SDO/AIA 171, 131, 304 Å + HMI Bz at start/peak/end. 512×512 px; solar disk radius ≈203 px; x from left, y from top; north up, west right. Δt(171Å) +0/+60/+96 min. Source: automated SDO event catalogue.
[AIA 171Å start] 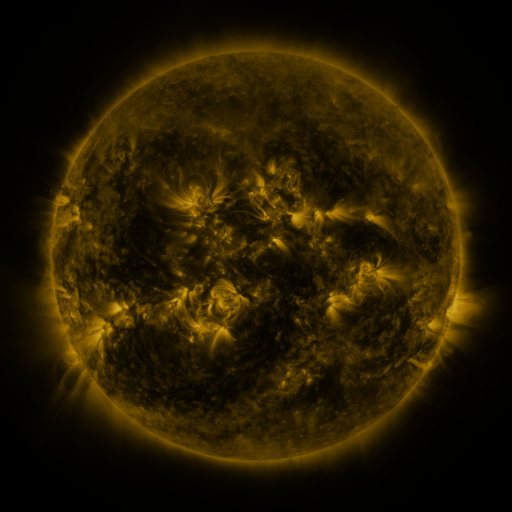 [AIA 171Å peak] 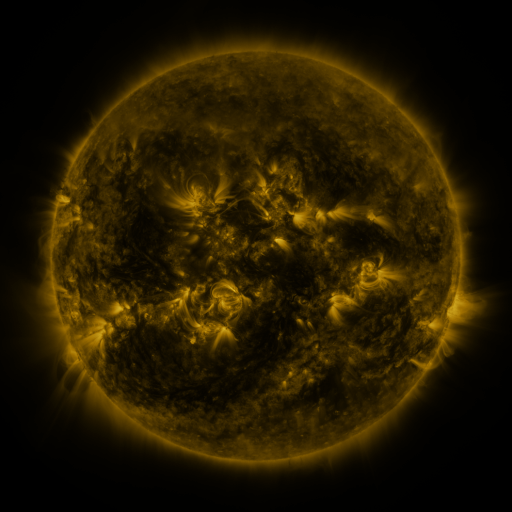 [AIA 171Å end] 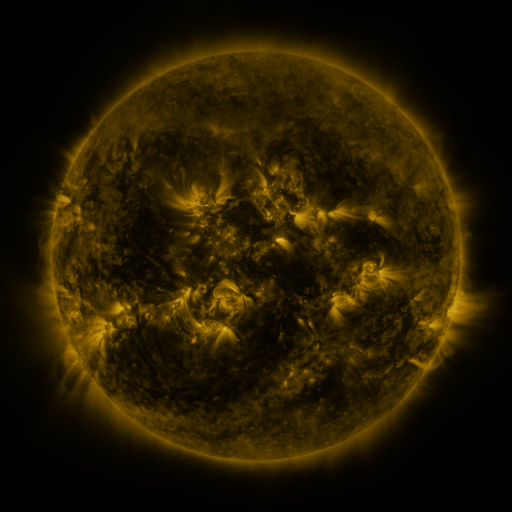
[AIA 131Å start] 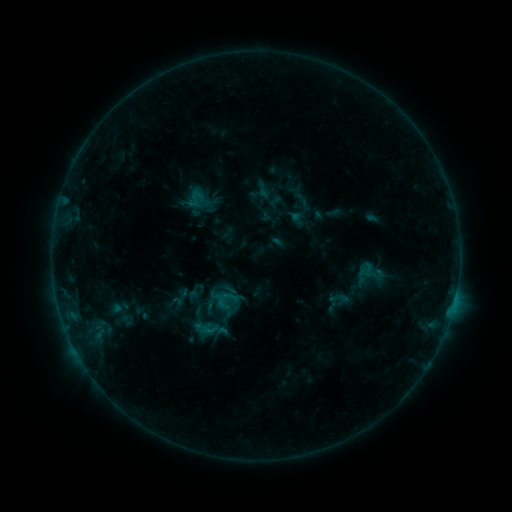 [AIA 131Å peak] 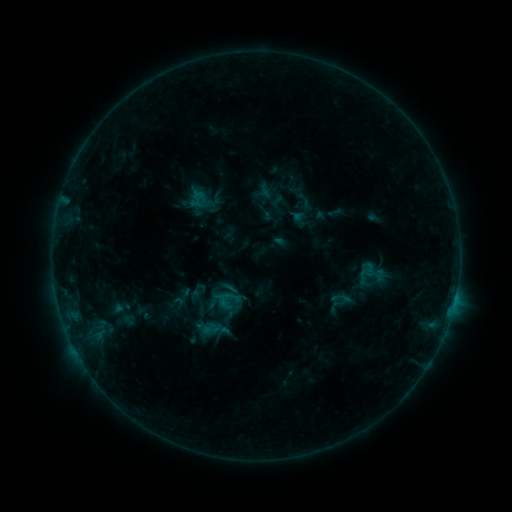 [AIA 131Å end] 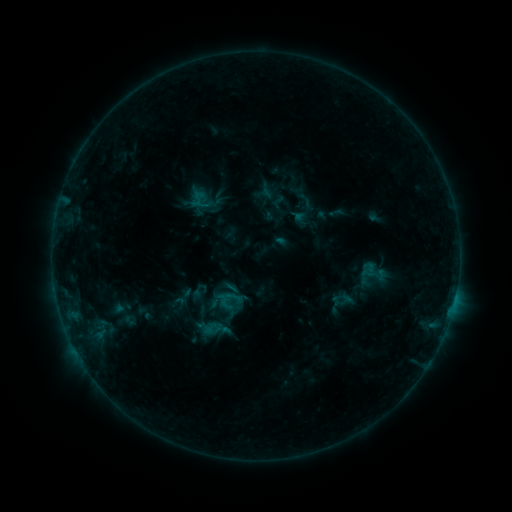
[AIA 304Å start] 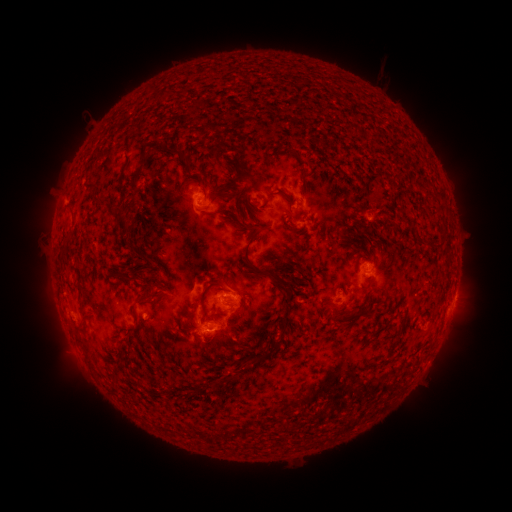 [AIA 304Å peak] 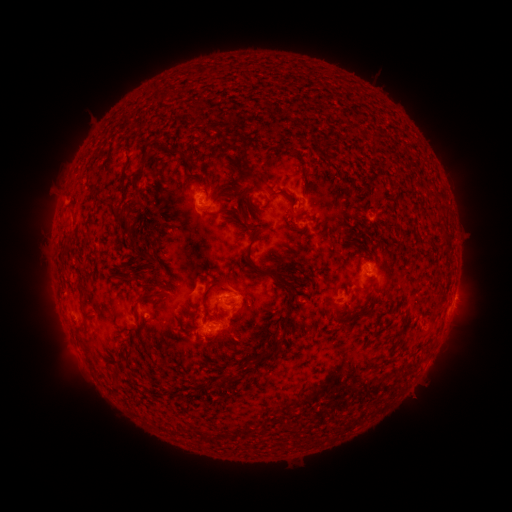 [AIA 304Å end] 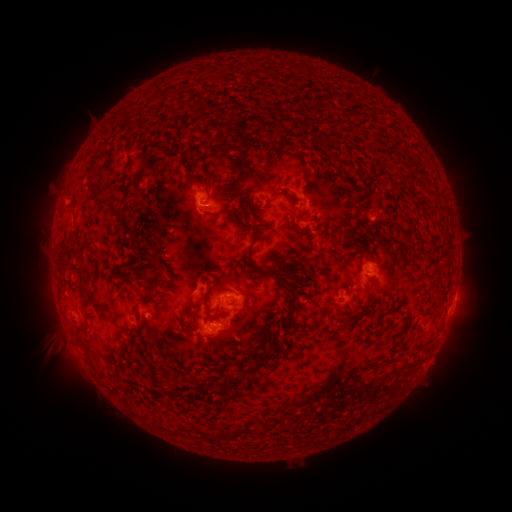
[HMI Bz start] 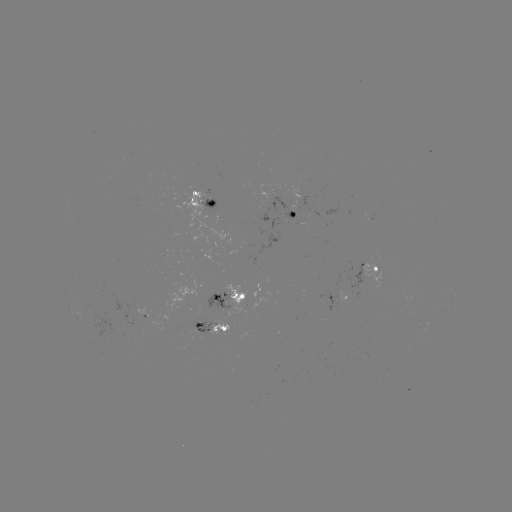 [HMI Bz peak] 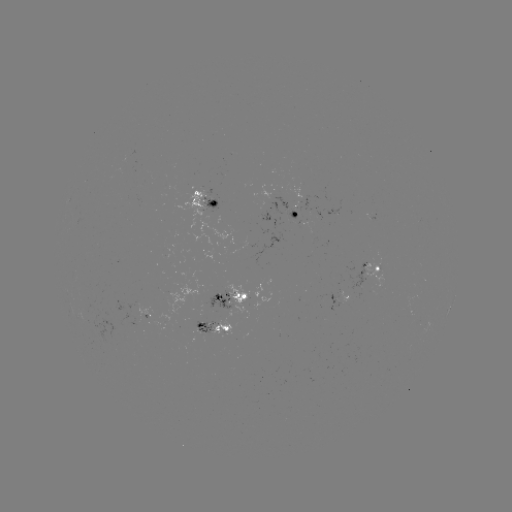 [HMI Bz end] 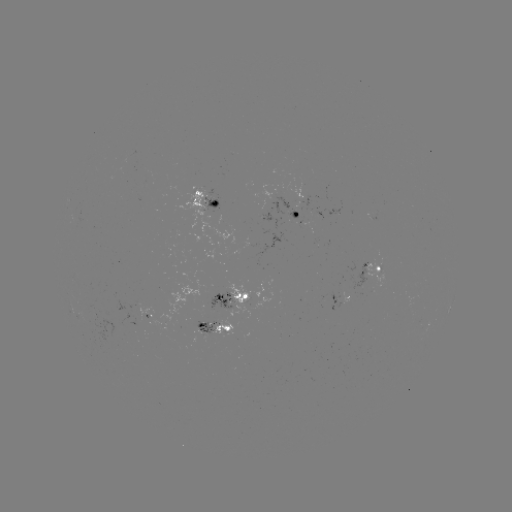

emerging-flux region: [142, 310, 154, 318]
